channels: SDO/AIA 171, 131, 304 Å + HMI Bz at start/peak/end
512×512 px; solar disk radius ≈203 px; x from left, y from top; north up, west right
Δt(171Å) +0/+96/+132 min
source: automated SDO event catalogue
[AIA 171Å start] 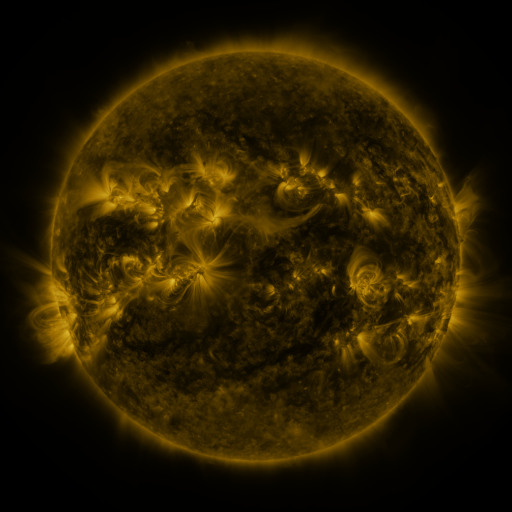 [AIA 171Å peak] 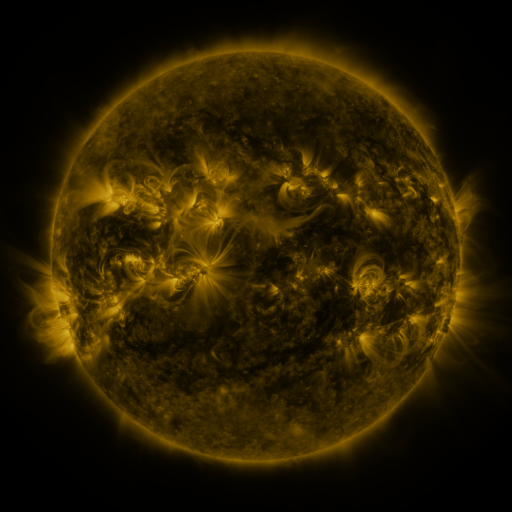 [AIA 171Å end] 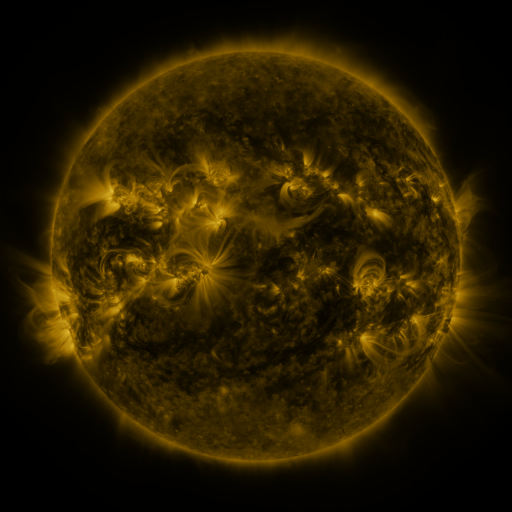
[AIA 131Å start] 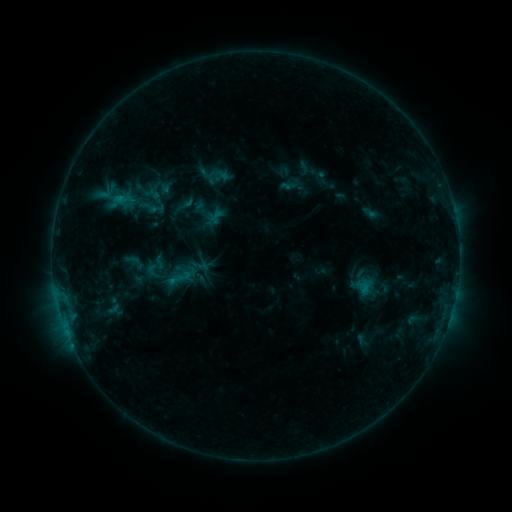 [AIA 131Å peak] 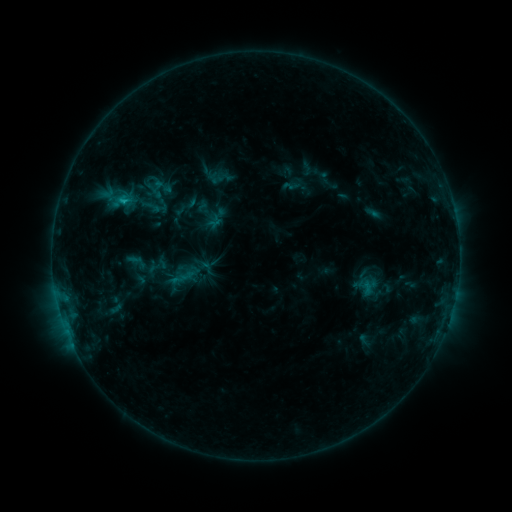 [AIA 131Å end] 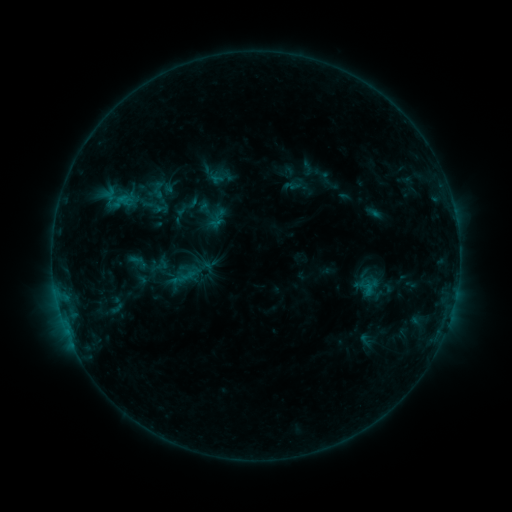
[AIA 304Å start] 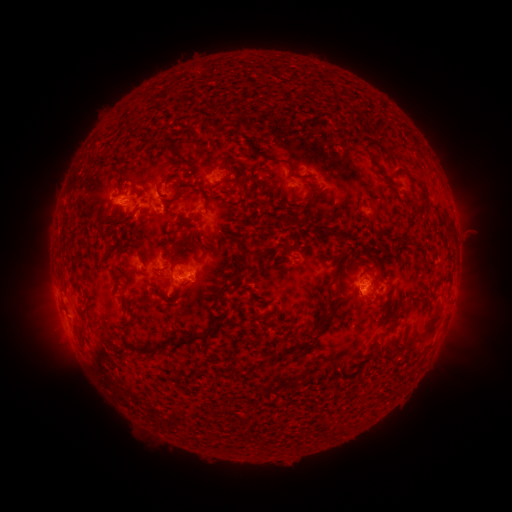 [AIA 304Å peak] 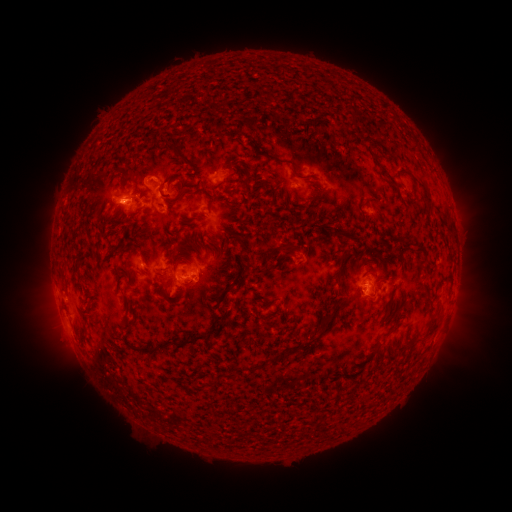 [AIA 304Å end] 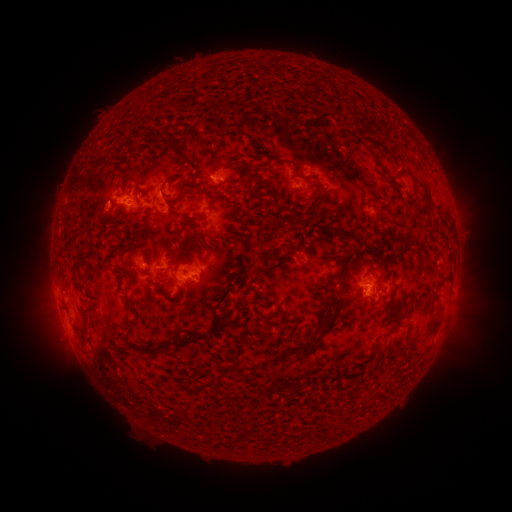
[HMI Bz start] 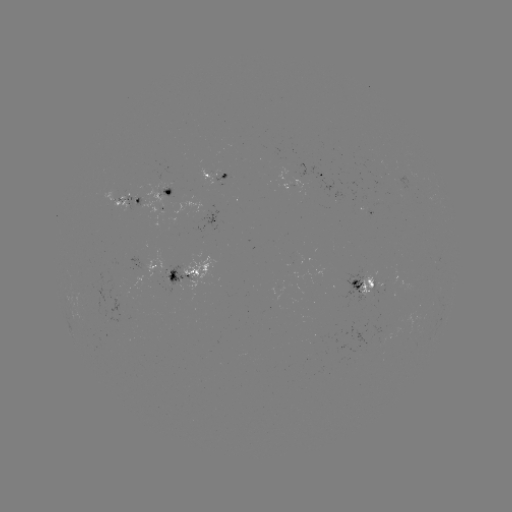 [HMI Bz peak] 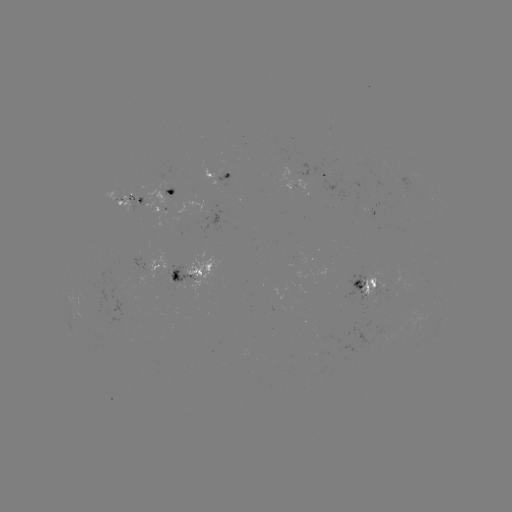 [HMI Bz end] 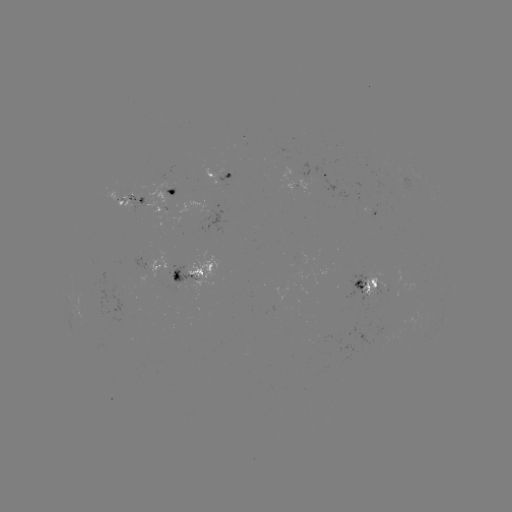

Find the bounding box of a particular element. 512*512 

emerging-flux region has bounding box [363, 270, 380, 297].